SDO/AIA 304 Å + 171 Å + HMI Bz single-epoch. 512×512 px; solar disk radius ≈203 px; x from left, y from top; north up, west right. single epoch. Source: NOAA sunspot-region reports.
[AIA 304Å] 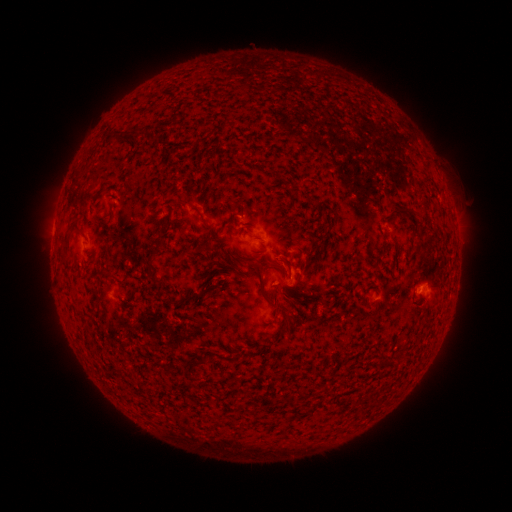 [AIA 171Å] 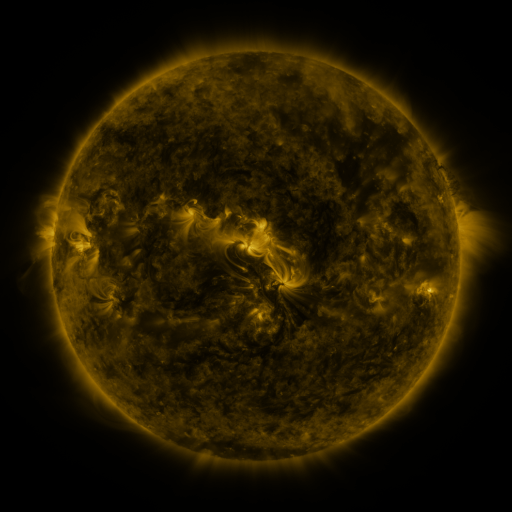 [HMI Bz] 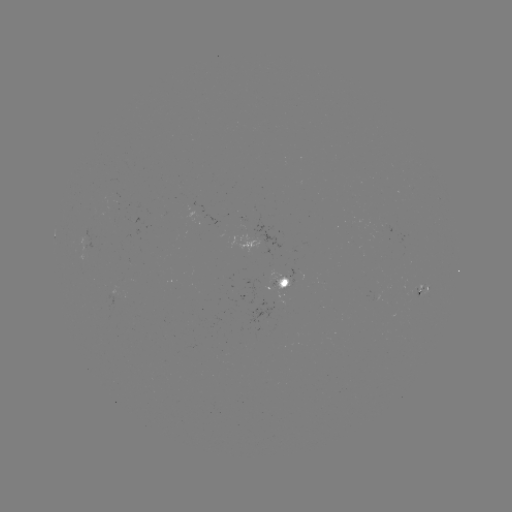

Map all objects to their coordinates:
spotted active region: (287, 285)
spotted active region: (424, 290)
